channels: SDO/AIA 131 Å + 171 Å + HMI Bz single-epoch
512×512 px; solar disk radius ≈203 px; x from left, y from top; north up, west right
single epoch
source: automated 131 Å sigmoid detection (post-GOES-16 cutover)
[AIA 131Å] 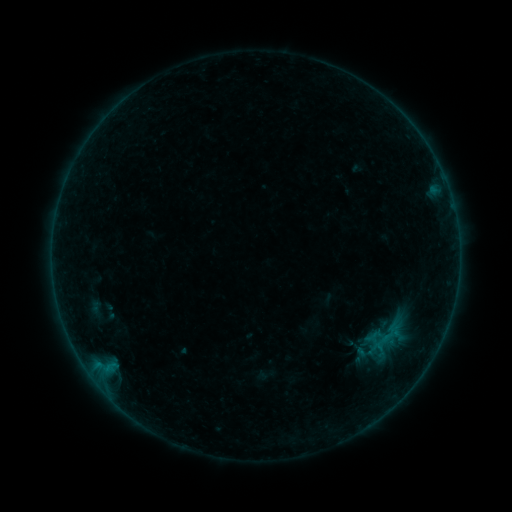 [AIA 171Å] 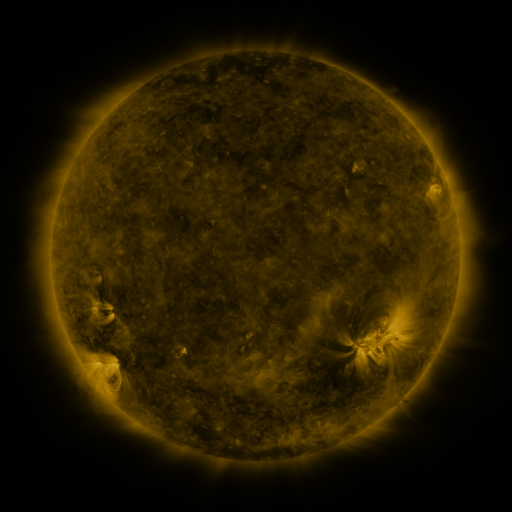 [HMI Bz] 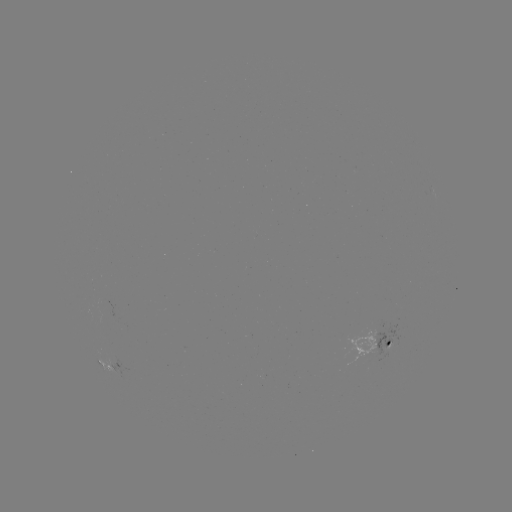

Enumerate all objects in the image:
sigmoid: [371, 333, 391, 352]
